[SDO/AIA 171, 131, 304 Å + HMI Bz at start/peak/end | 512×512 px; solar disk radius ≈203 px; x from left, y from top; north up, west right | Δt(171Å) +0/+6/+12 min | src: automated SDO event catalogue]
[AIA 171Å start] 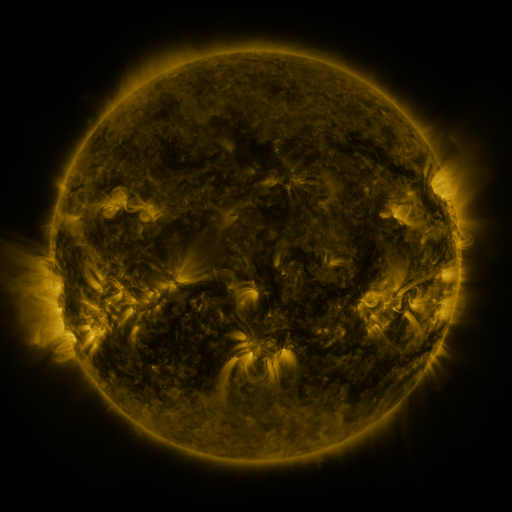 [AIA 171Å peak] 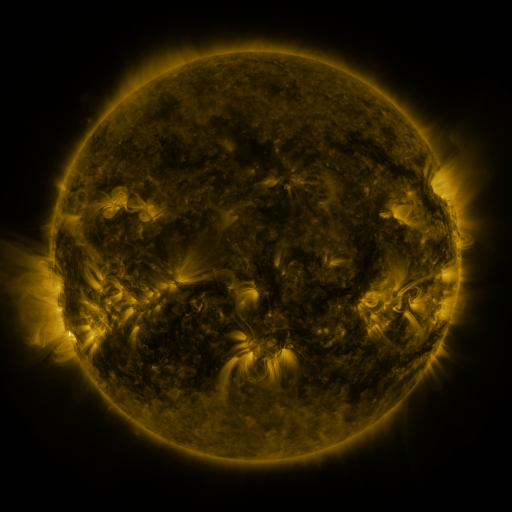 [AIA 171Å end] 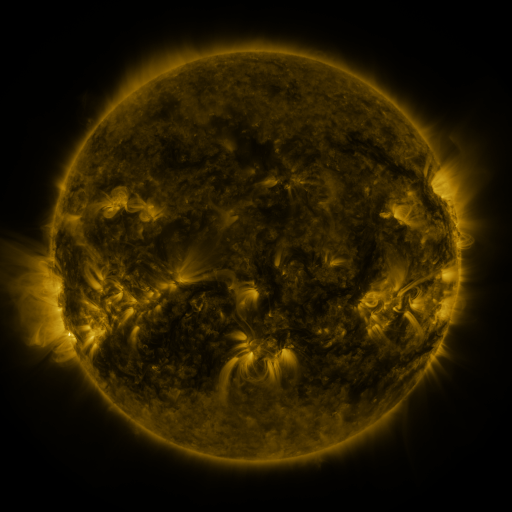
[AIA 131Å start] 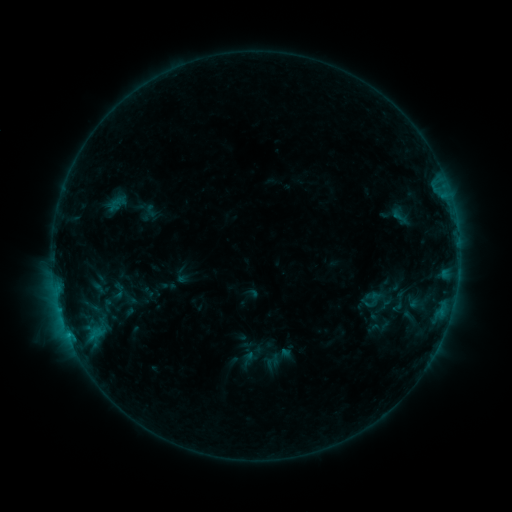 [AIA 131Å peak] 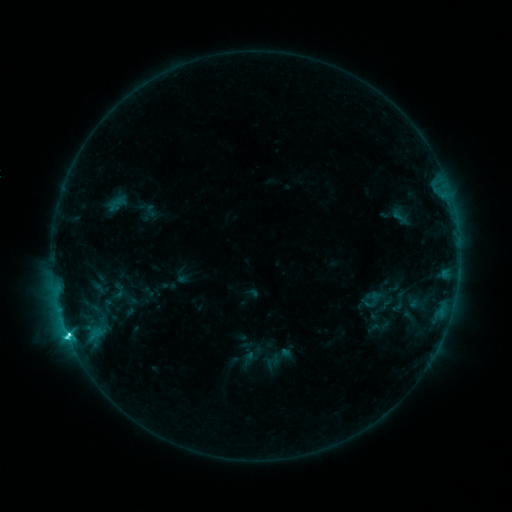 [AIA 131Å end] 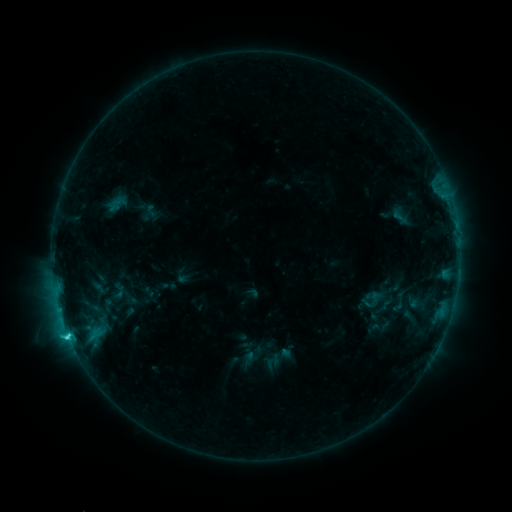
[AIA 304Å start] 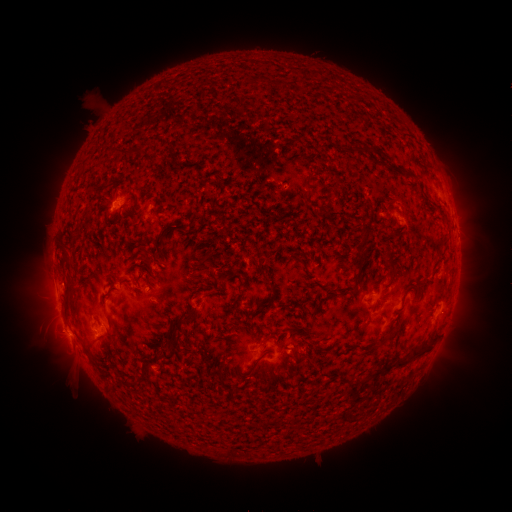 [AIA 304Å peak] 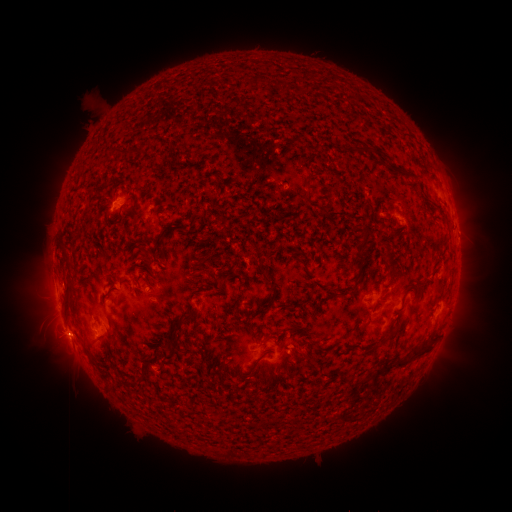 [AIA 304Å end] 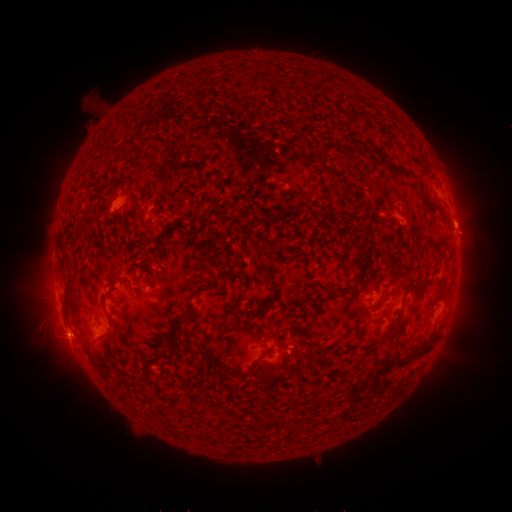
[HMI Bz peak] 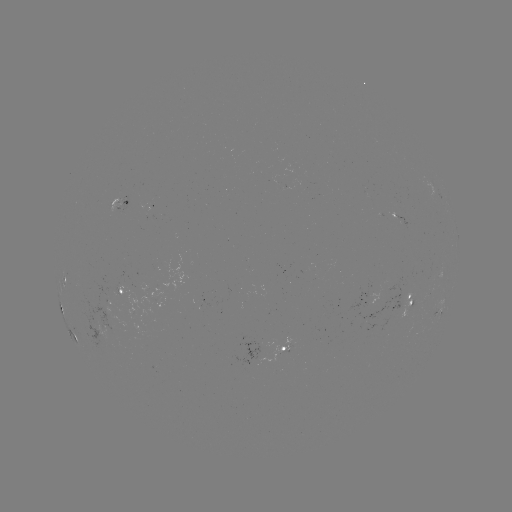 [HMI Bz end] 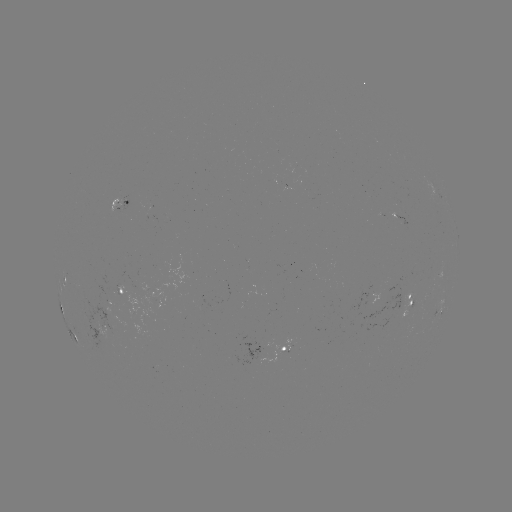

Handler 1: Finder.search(C4.8 flare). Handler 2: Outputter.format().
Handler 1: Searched C4.8 flare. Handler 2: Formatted (67, 331).